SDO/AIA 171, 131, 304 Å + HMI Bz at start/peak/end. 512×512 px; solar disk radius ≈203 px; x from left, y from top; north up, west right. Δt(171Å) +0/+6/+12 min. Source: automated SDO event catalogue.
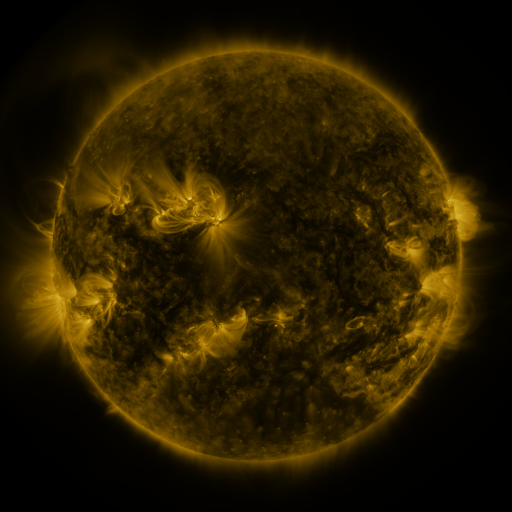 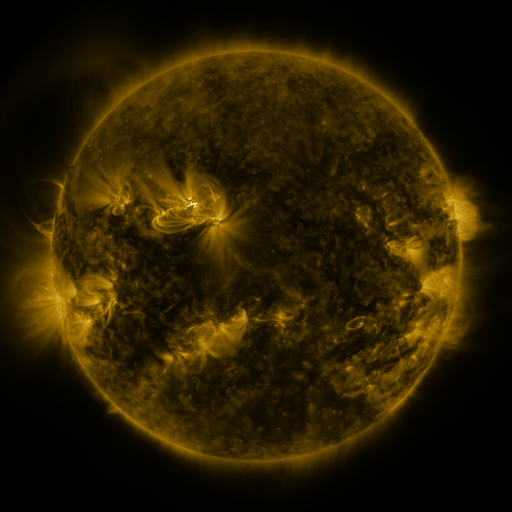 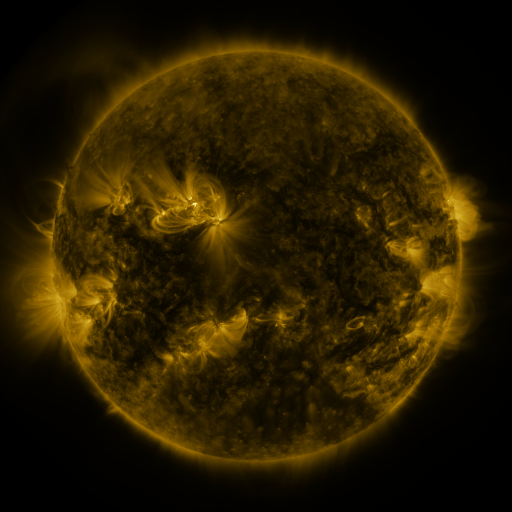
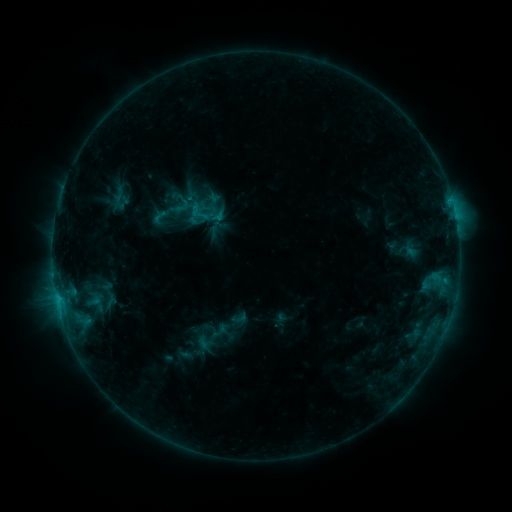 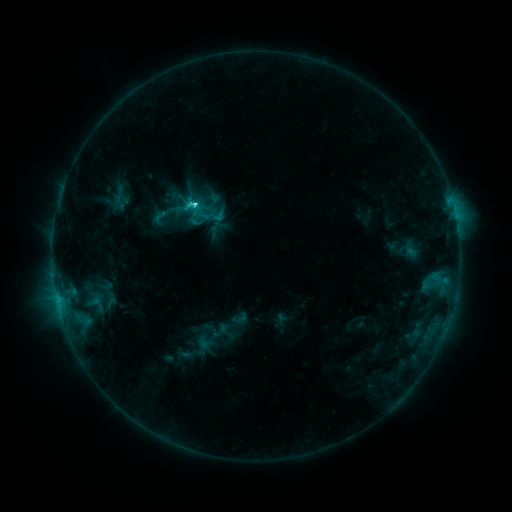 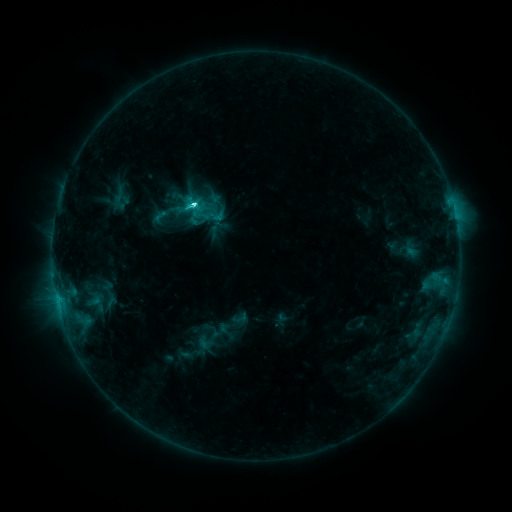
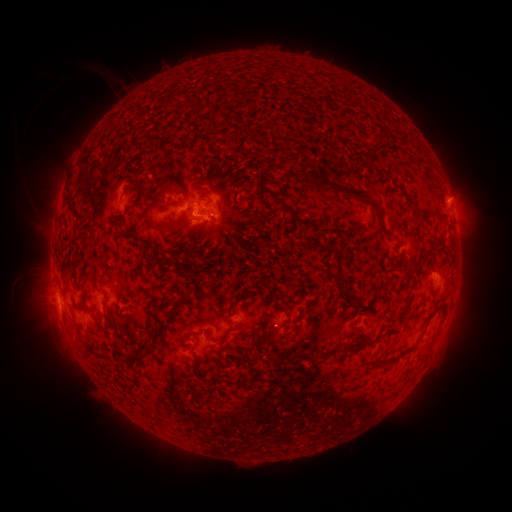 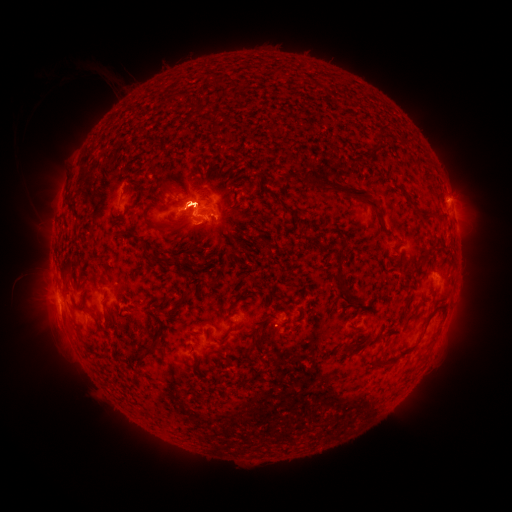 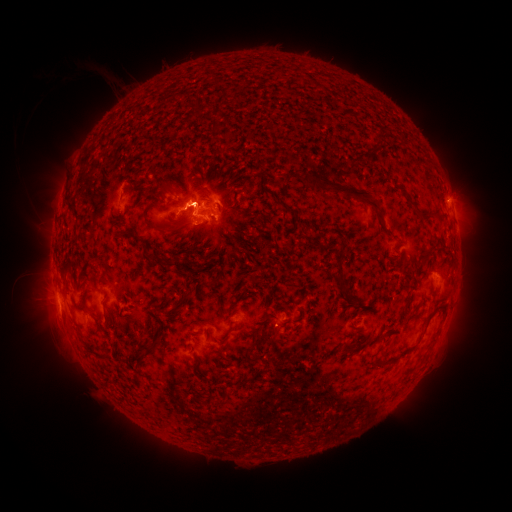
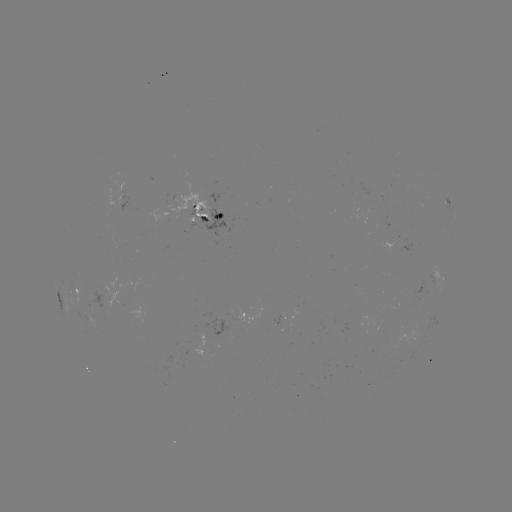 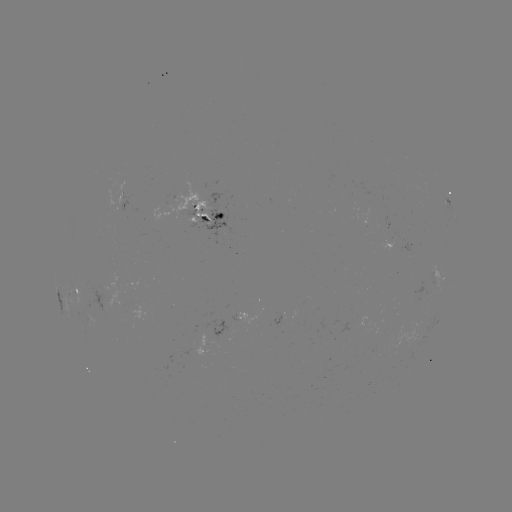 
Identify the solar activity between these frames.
C4.4 flare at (195, 207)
